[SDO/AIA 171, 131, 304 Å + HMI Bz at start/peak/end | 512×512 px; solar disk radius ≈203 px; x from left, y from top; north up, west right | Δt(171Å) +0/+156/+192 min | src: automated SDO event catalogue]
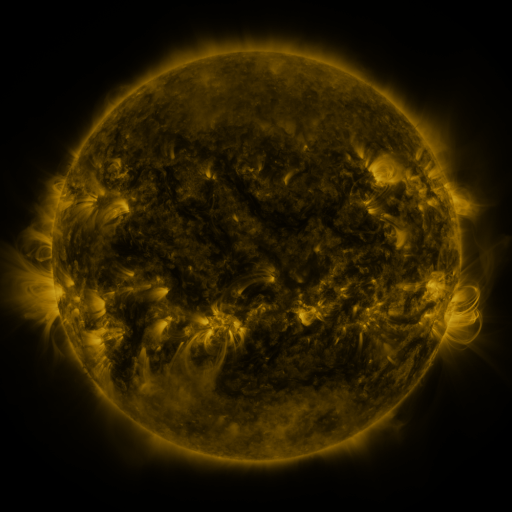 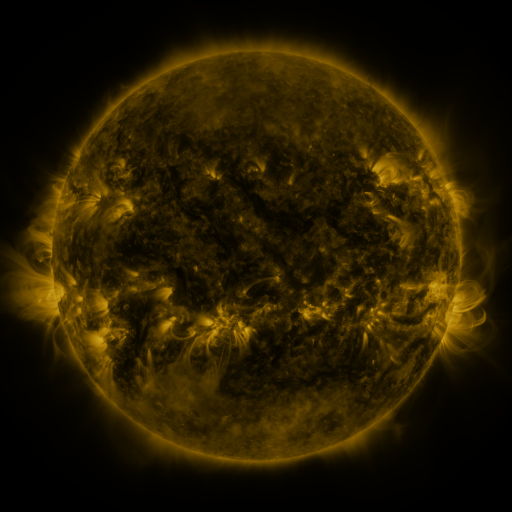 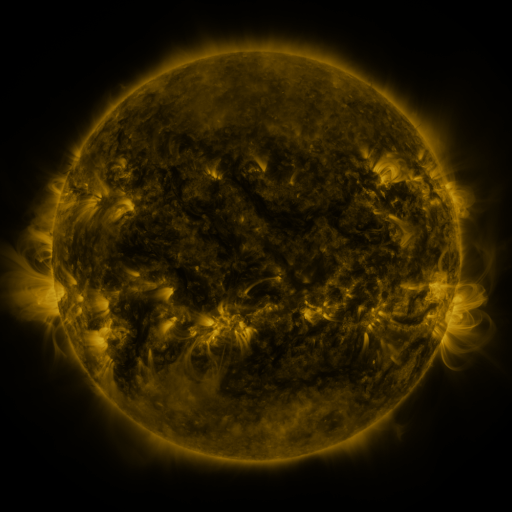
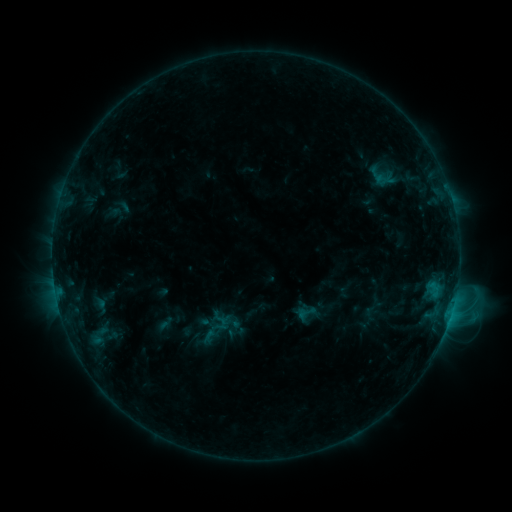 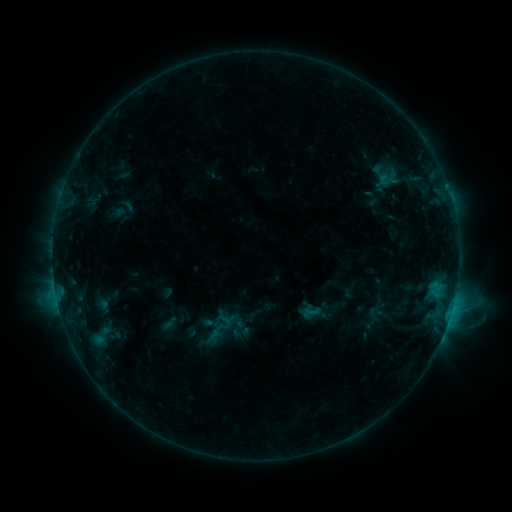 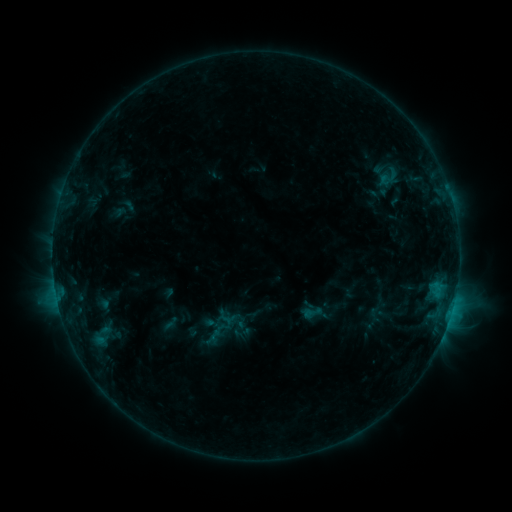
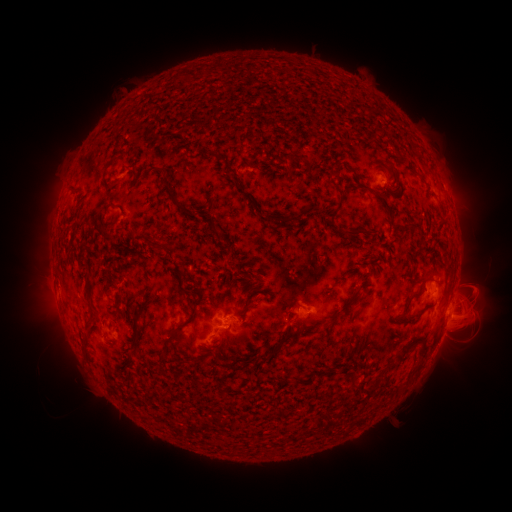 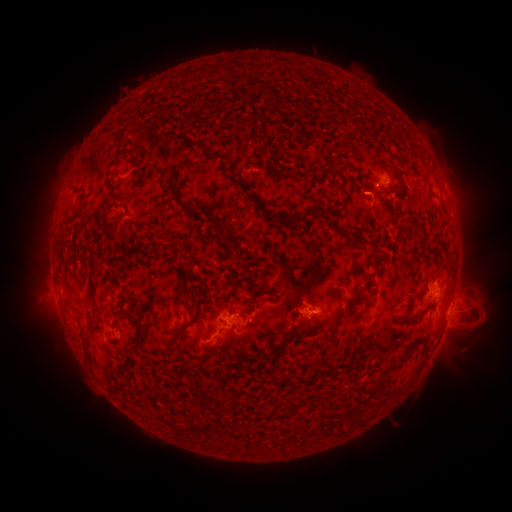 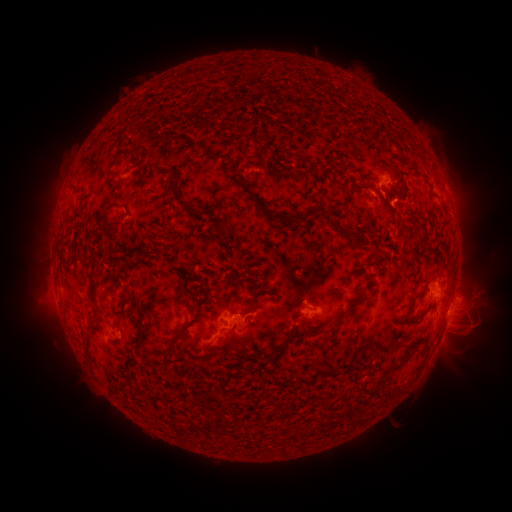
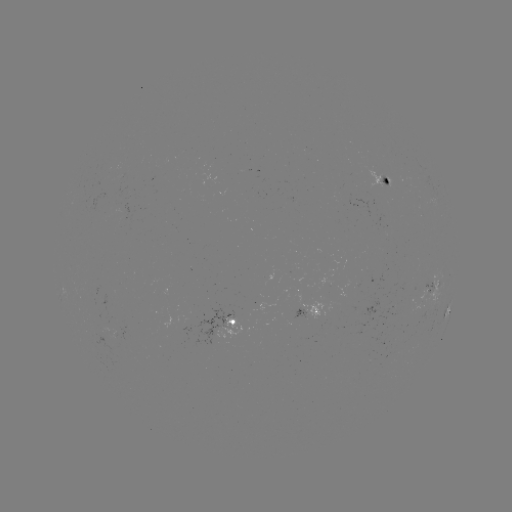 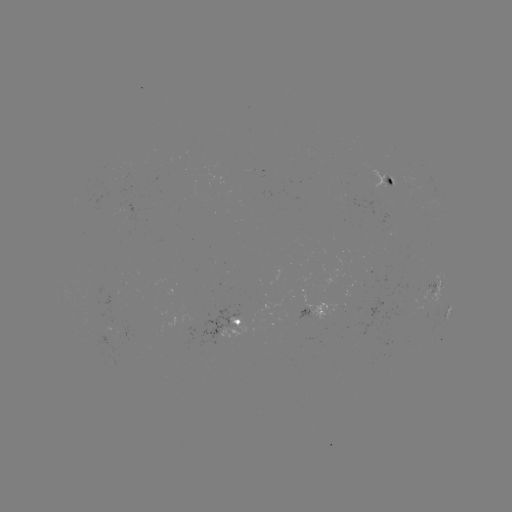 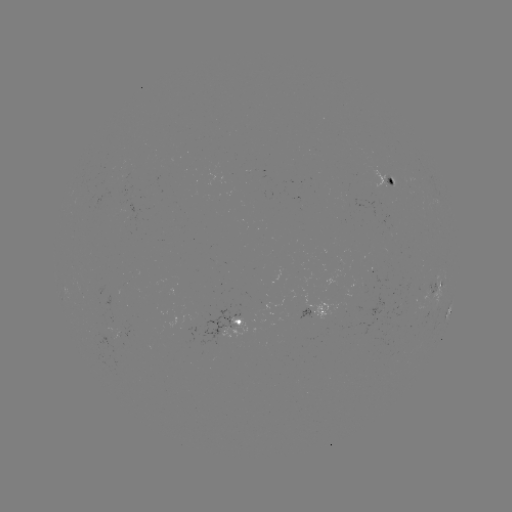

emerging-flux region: [89, 330, 124, 354]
